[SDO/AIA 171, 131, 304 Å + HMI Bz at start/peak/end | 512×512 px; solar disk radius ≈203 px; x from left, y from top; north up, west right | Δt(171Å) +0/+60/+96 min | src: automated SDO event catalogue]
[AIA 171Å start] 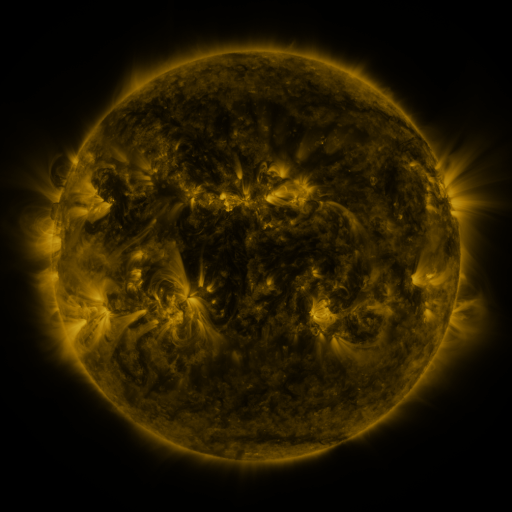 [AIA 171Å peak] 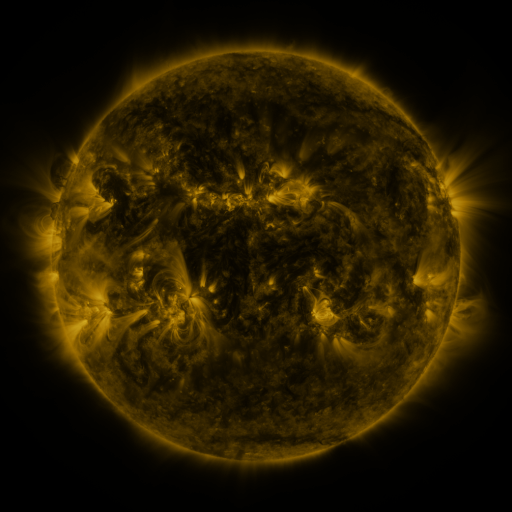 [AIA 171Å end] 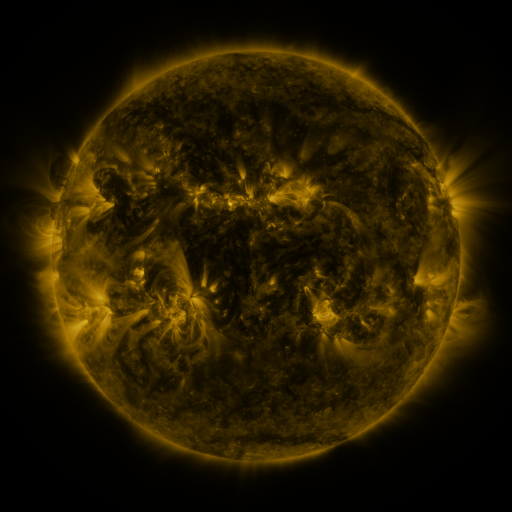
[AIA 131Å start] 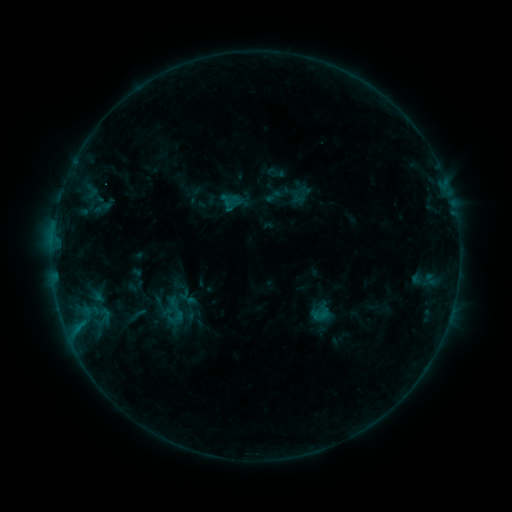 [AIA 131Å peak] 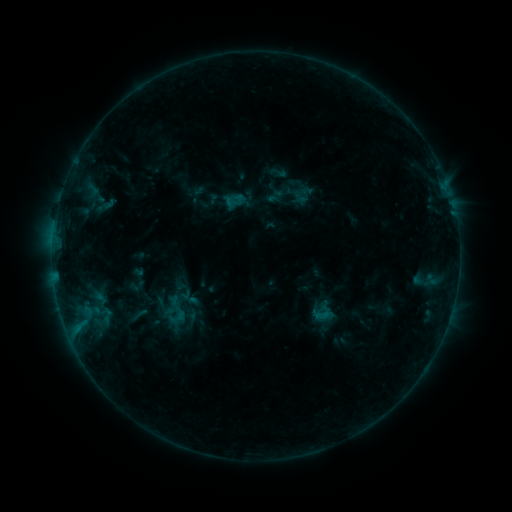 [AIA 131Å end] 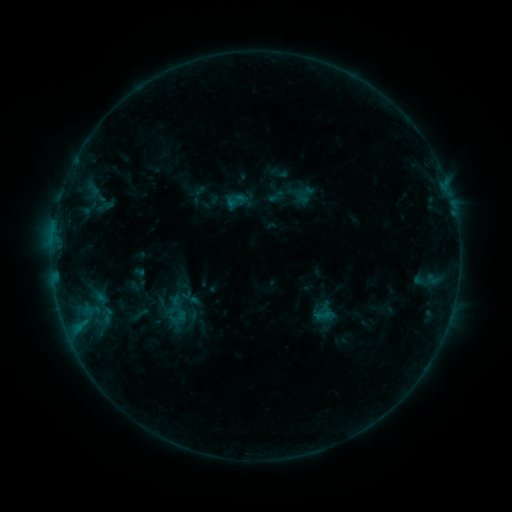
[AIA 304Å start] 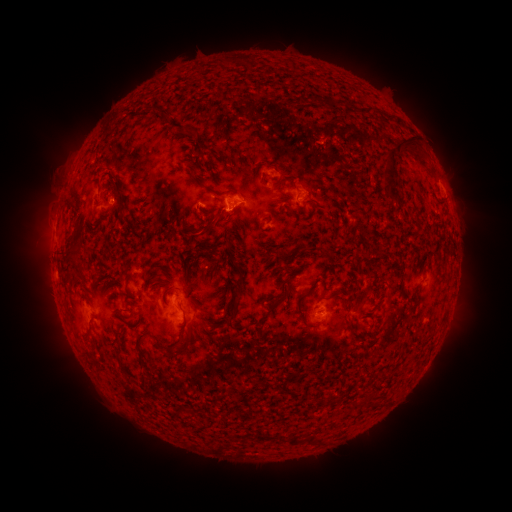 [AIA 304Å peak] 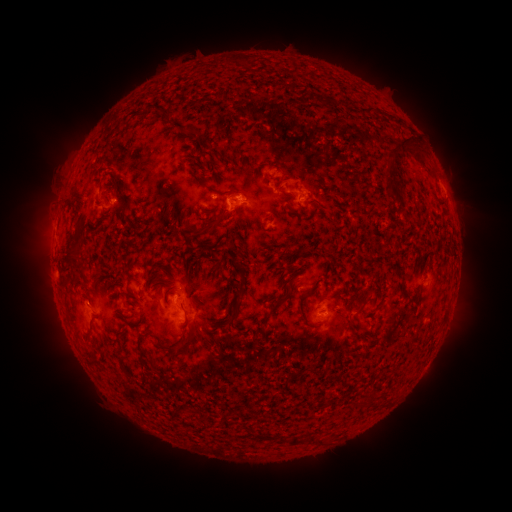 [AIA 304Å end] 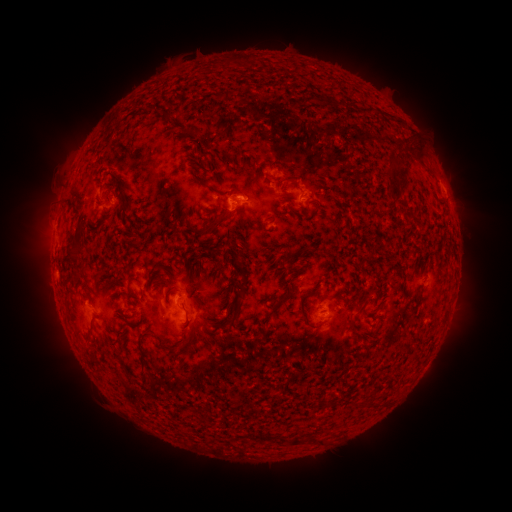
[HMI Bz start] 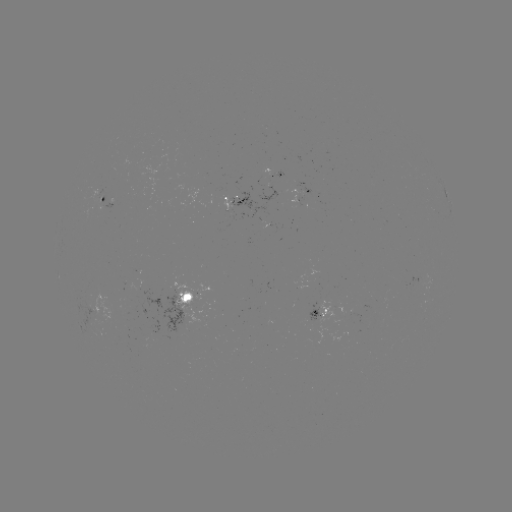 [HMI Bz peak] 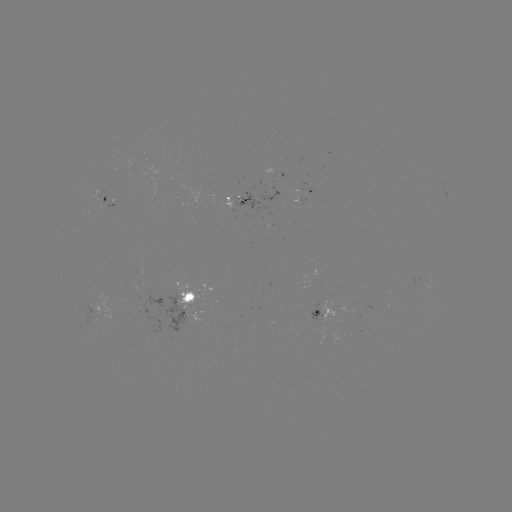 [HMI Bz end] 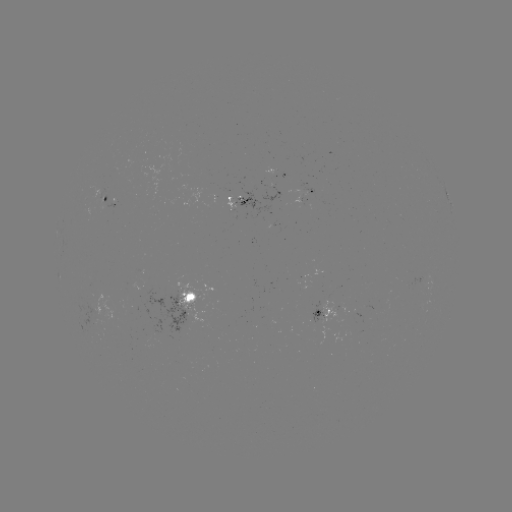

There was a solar emerging-flux region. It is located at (332, 310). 